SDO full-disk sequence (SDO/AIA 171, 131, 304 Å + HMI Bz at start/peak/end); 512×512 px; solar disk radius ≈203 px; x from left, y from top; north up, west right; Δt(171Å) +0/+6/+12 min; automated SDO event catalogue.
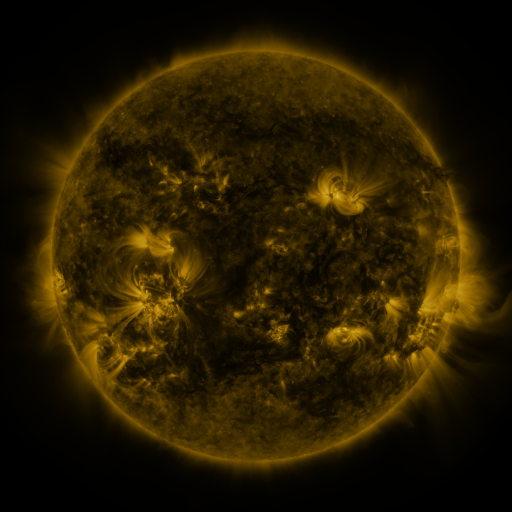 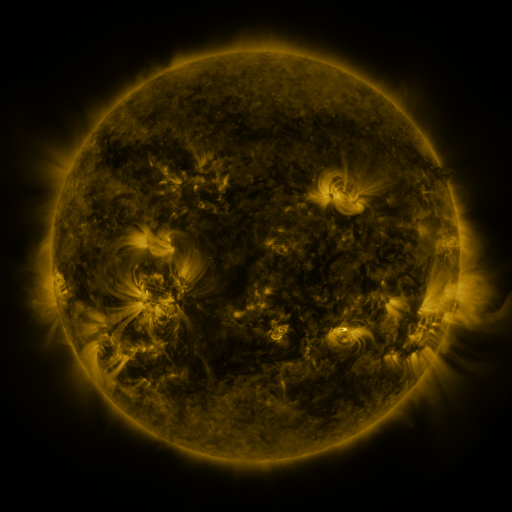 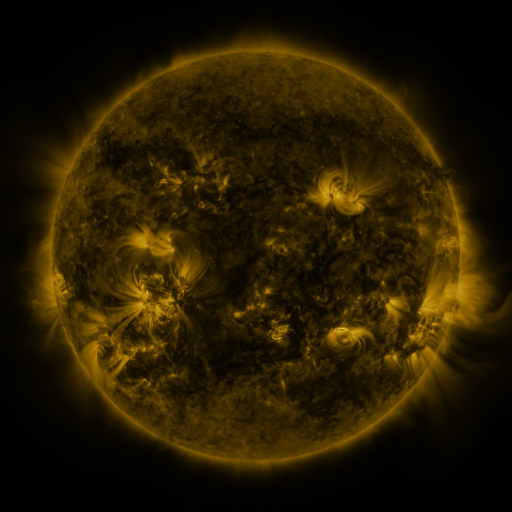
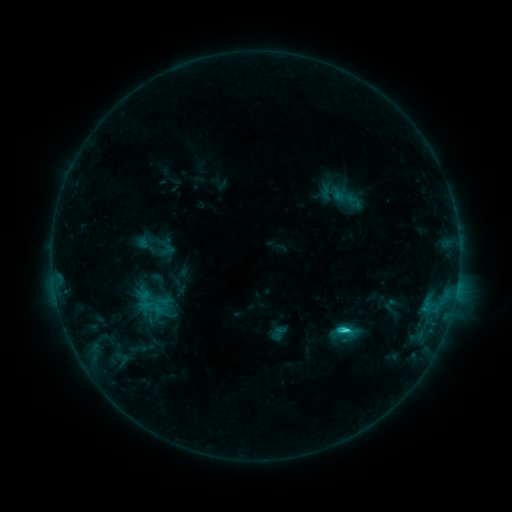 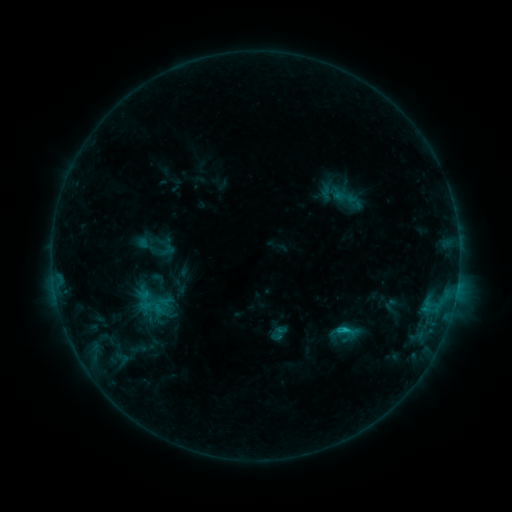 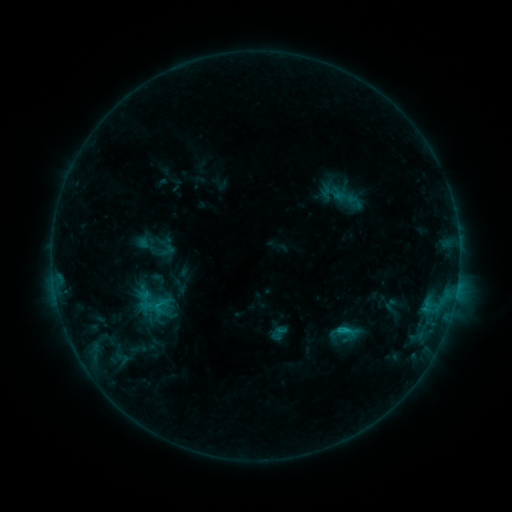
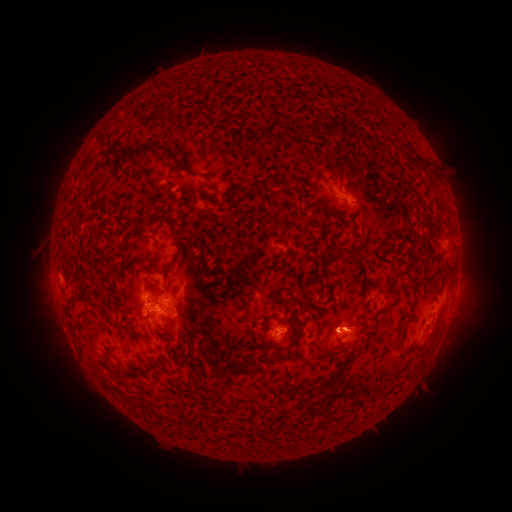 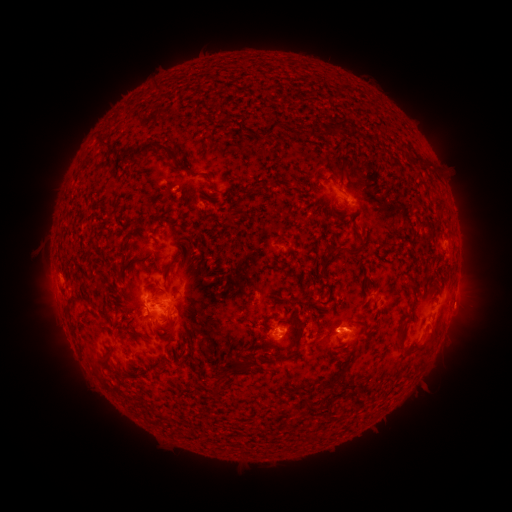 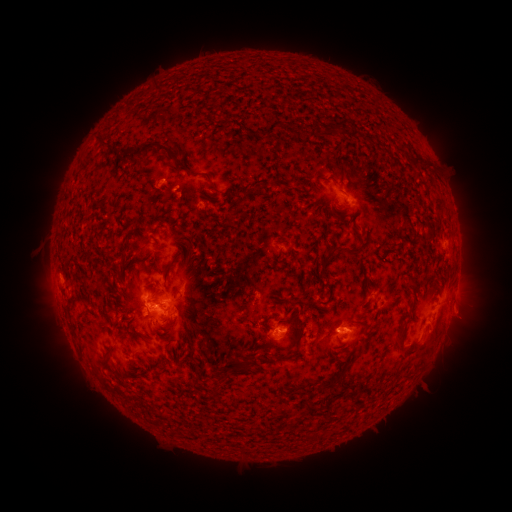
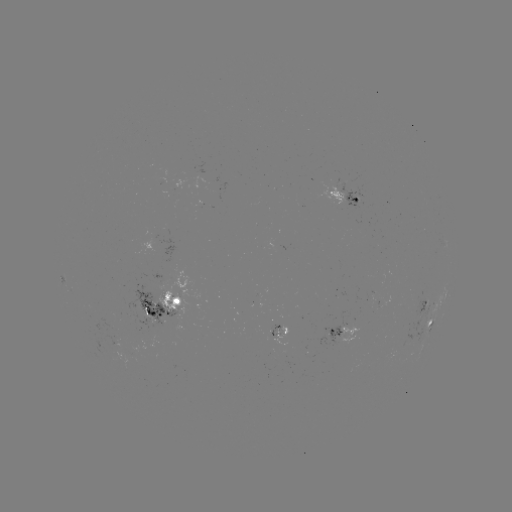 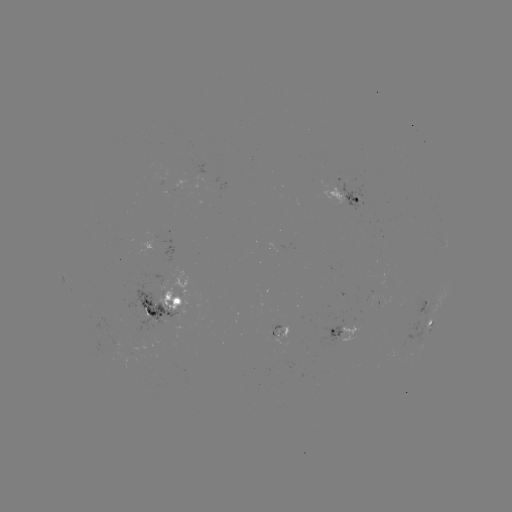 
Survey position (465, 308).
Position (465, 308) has eruption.